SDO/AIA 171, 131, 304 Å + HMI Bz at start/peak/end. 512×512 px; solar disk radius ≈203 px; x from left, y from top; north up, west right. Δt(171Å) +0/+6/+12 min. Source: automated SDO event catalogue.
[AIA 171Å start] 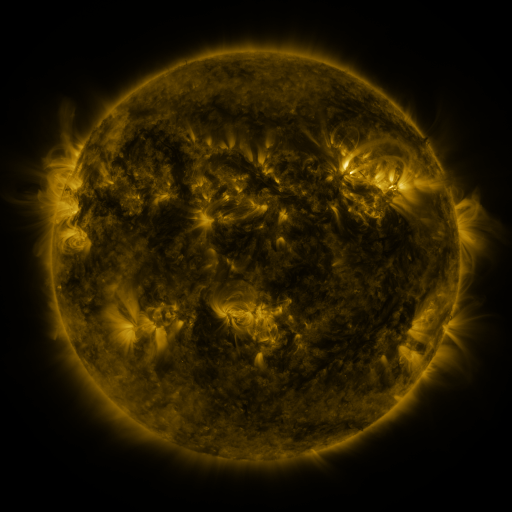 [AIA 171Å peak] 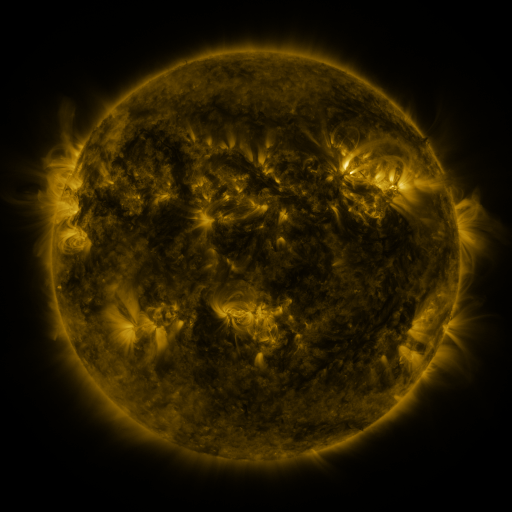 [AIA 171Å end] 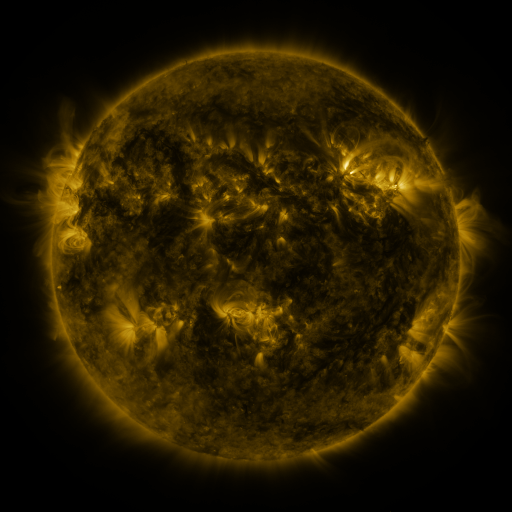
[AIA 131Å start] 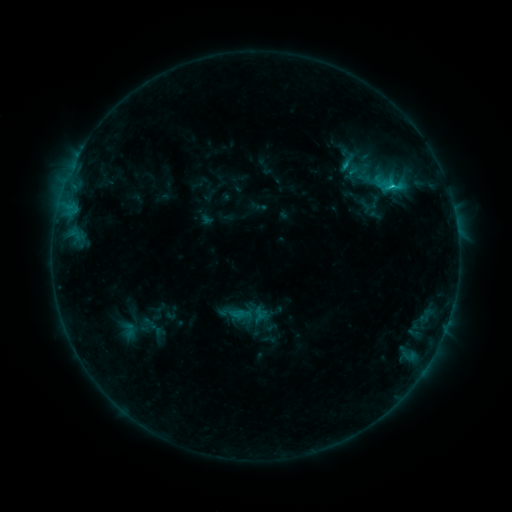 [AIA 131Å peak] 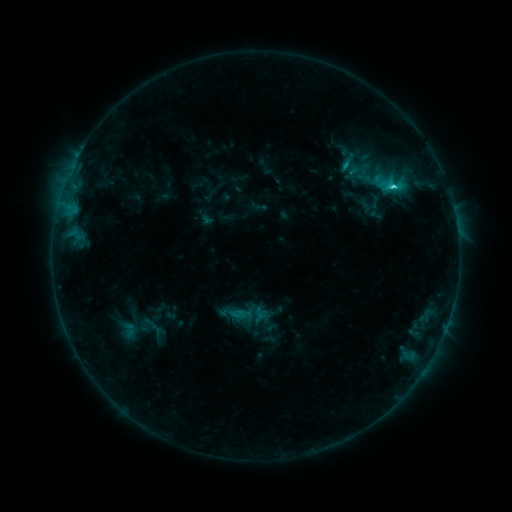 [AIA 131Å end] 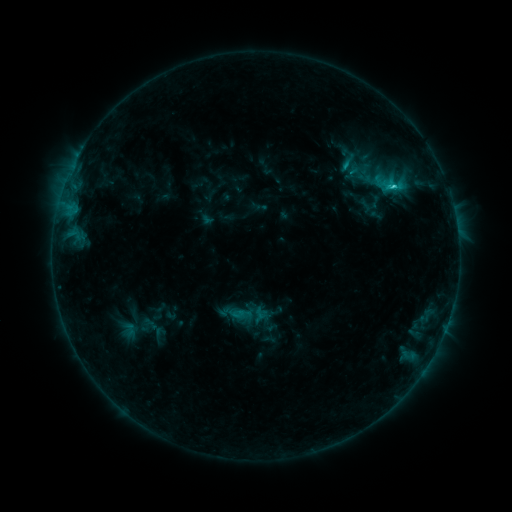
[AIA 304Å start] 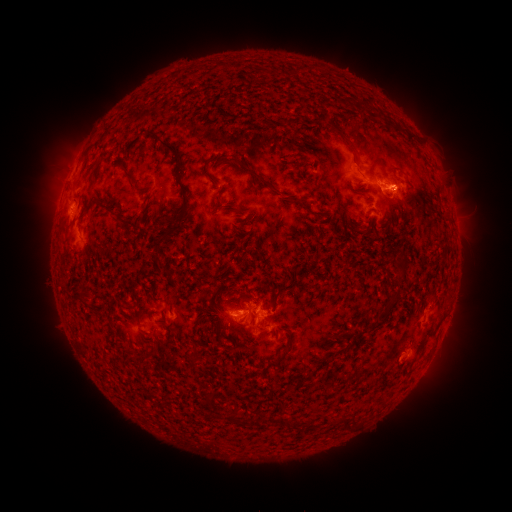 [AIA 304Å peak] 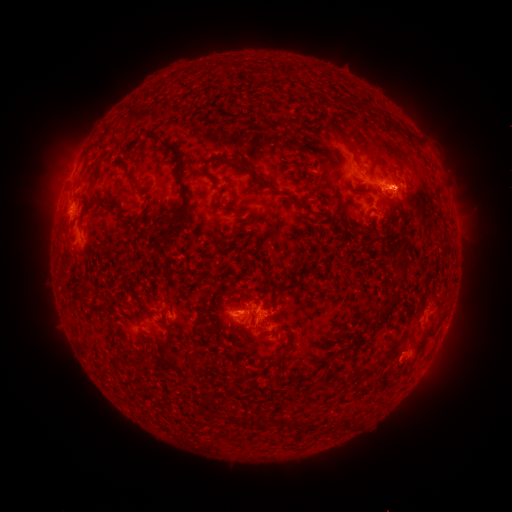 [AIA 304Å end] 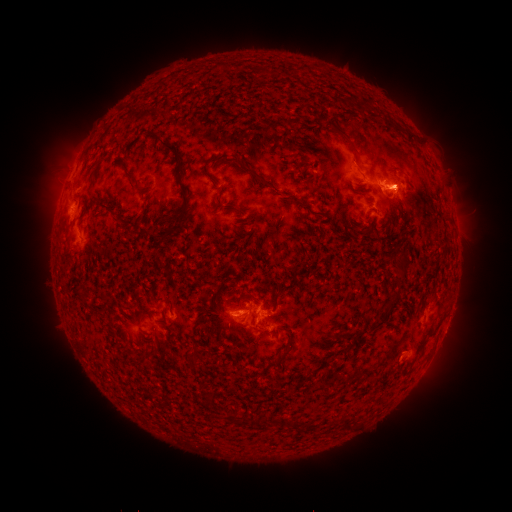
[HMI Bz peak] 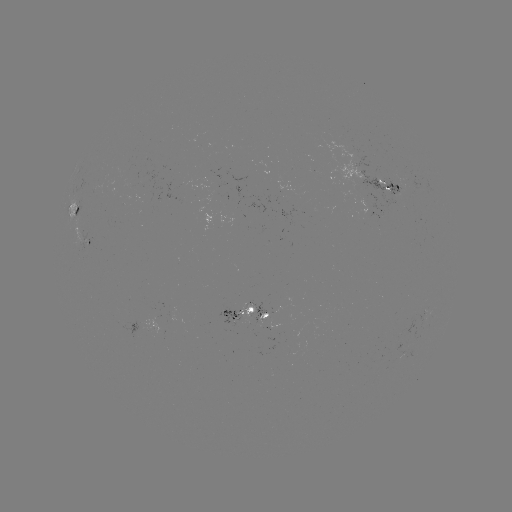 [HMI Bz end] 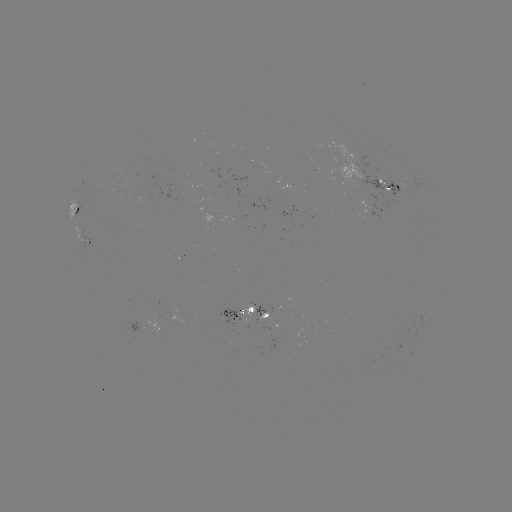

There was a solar flare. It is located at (393, 189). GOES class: C2.3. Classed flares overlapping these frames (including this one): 1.